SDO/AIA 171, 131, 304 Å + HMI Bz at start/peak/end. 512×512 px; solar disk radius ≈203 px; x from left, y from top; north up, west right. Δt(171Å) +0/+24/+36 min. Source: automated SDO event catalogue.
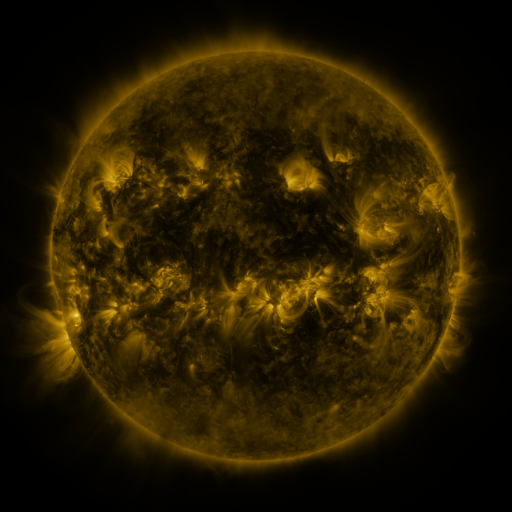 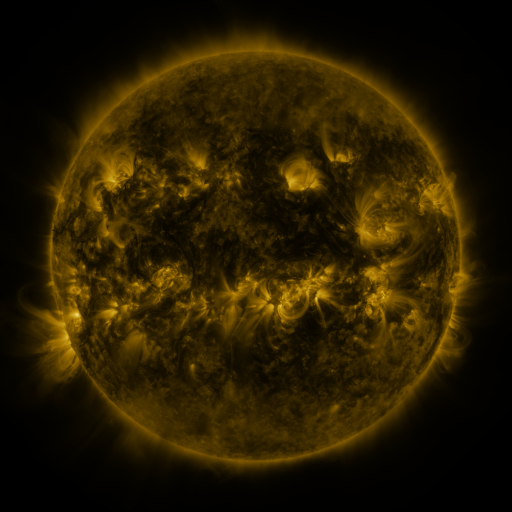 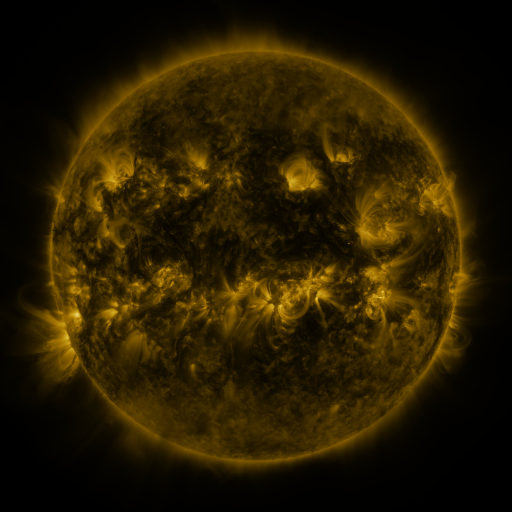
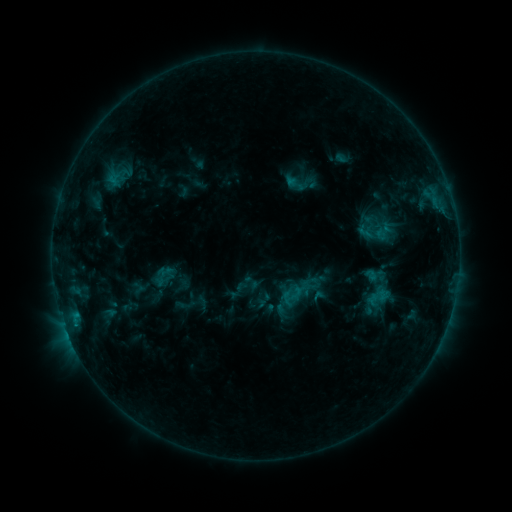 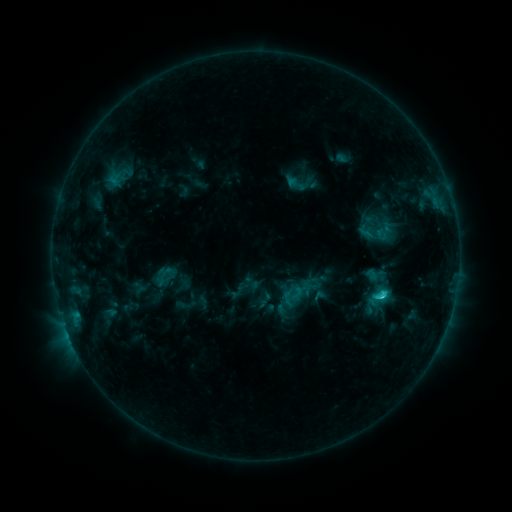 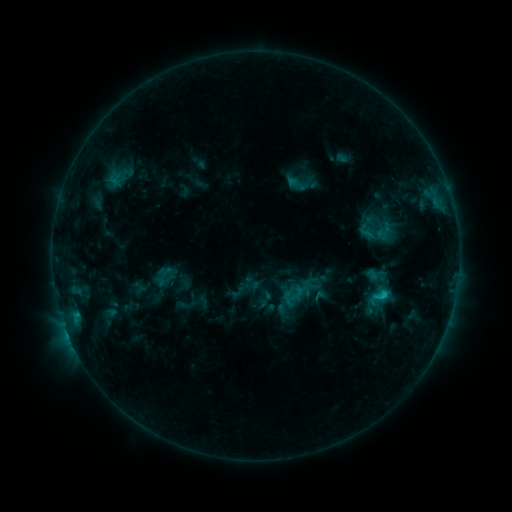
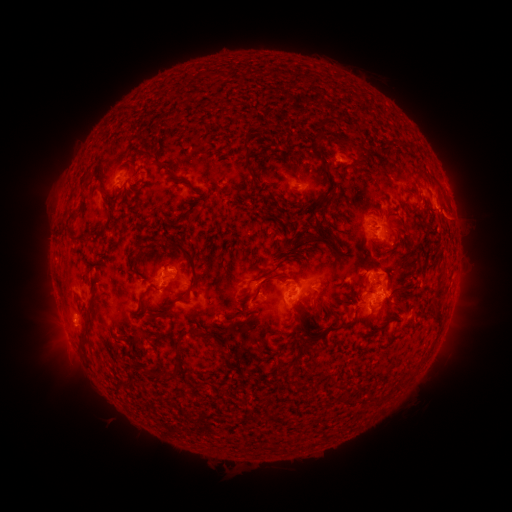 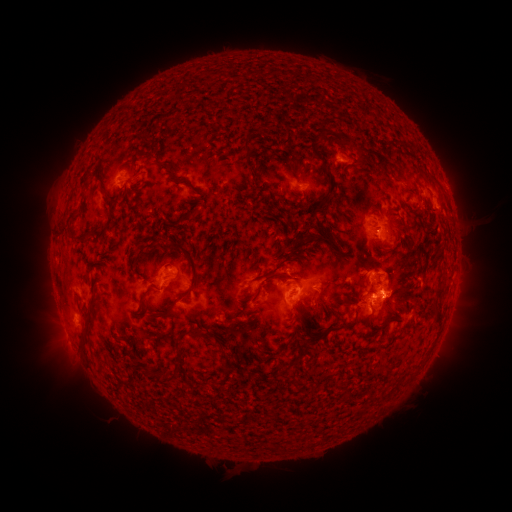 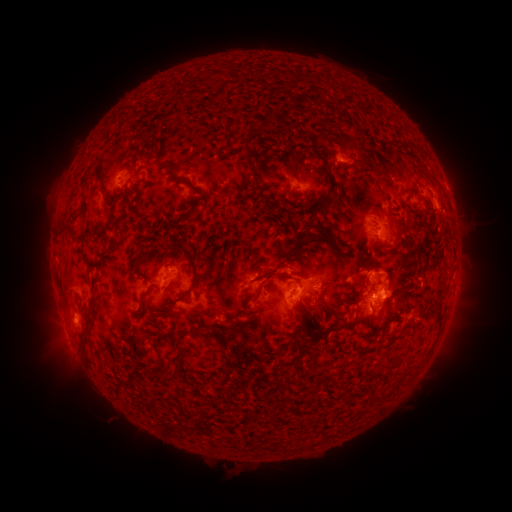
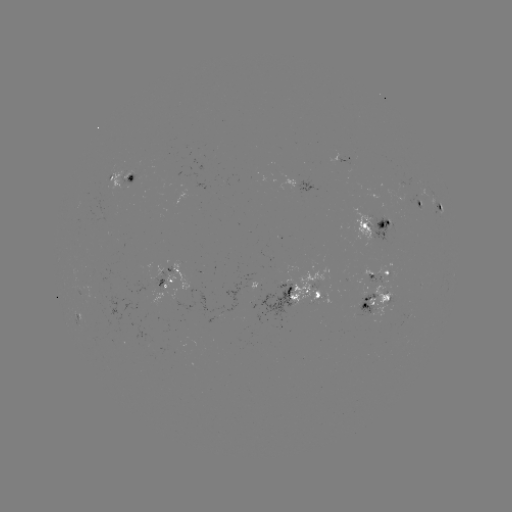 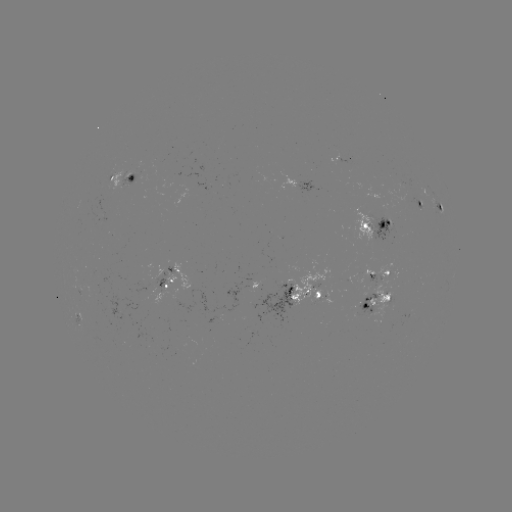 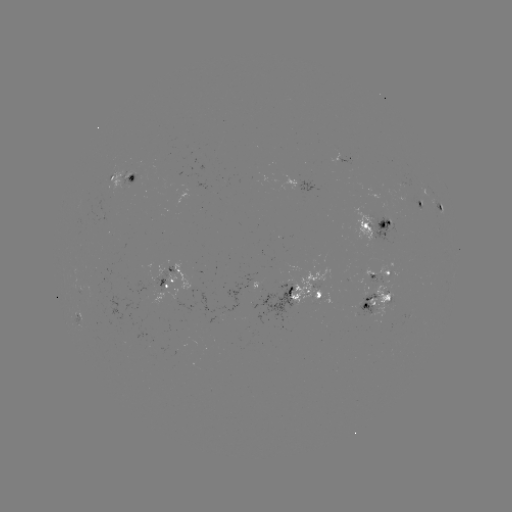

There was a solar flare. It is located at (379, 294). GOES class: C1.9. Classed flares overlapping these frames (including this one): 1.